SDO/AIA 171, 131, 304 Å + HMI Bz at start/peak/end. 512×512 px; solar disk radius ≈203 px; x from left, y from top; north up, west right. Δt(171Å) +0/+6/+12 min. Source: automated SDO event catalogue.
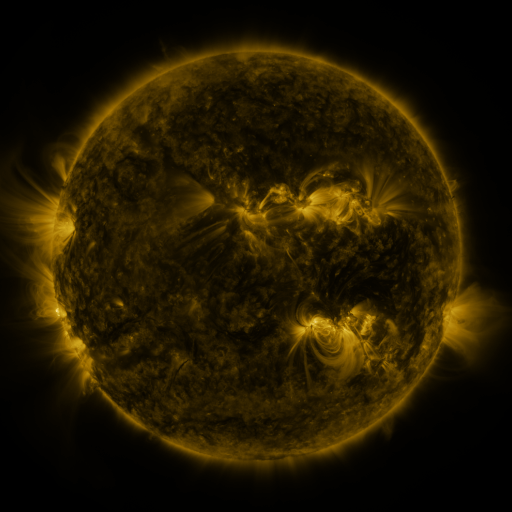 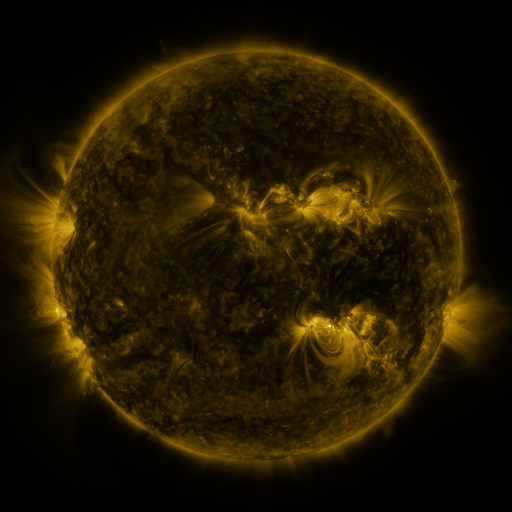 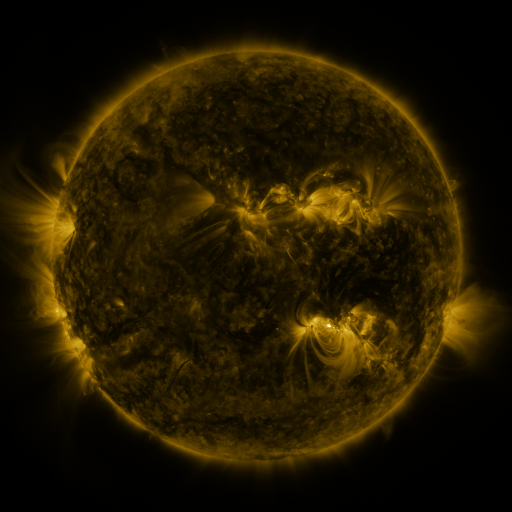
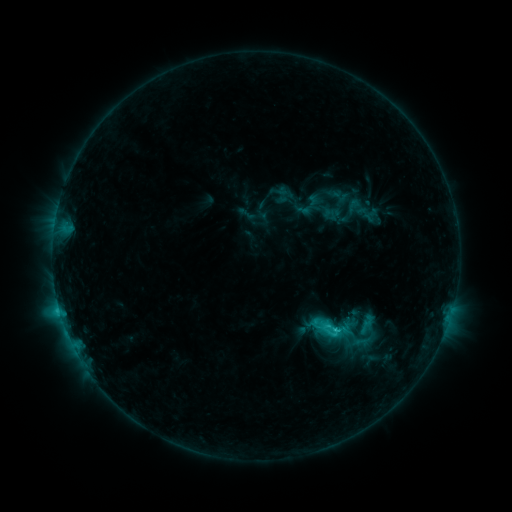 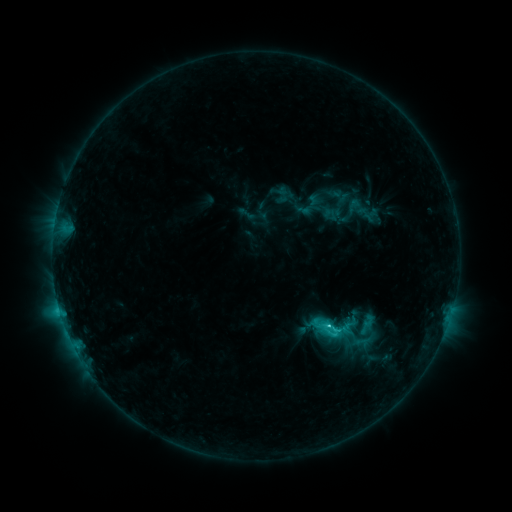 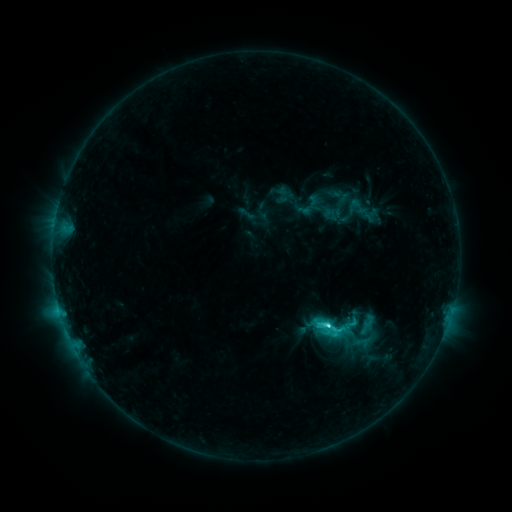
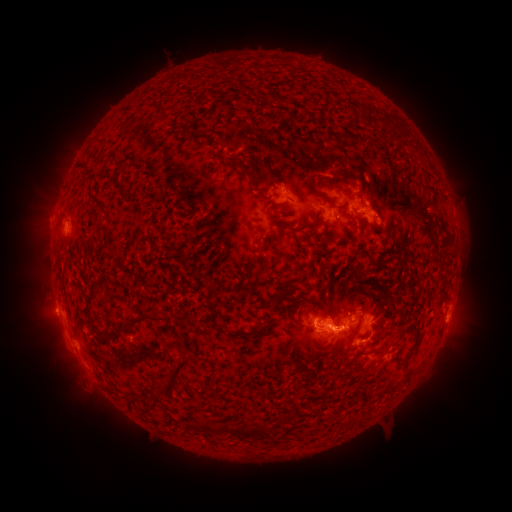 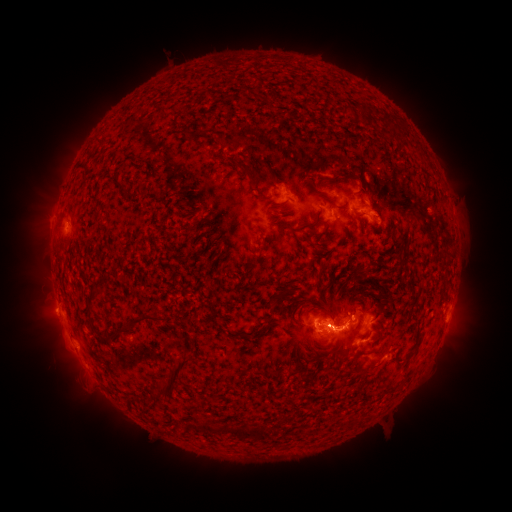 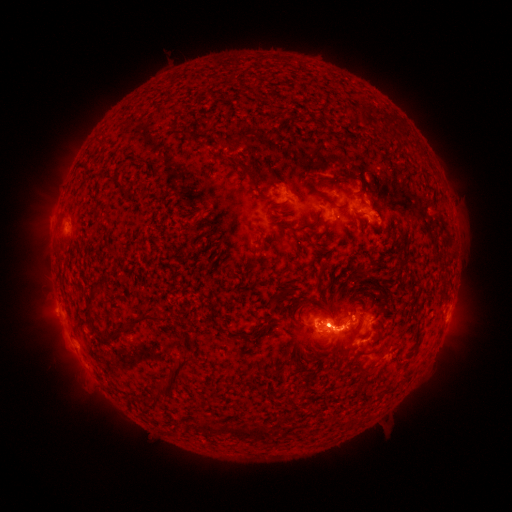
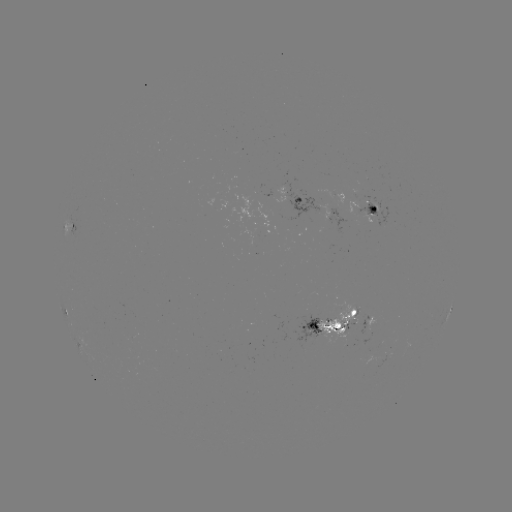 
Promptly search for C9.5 flare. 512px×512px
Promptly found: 326,322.